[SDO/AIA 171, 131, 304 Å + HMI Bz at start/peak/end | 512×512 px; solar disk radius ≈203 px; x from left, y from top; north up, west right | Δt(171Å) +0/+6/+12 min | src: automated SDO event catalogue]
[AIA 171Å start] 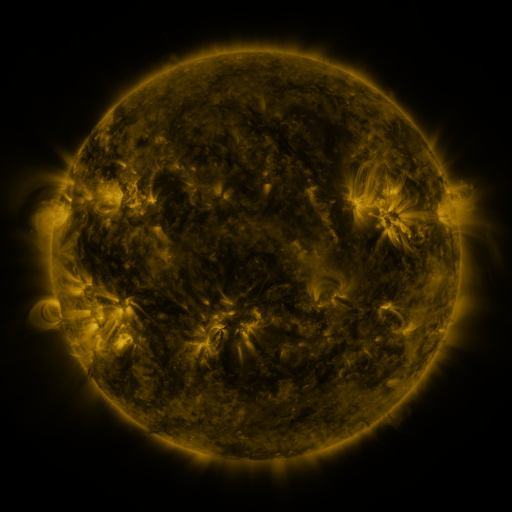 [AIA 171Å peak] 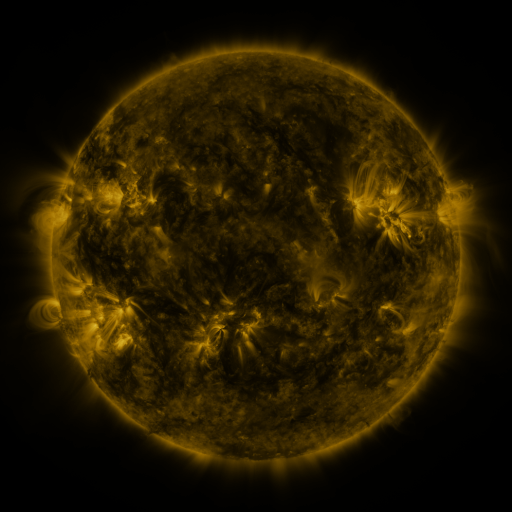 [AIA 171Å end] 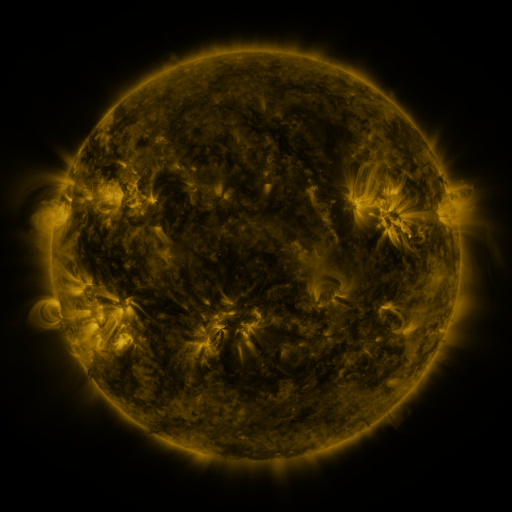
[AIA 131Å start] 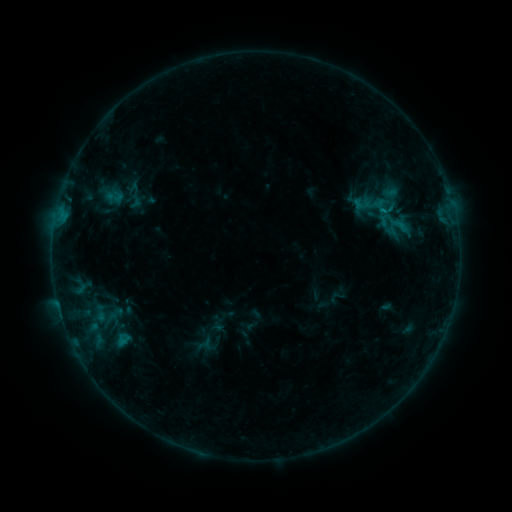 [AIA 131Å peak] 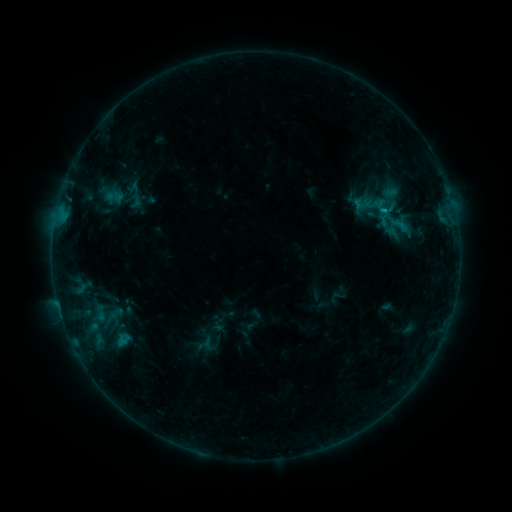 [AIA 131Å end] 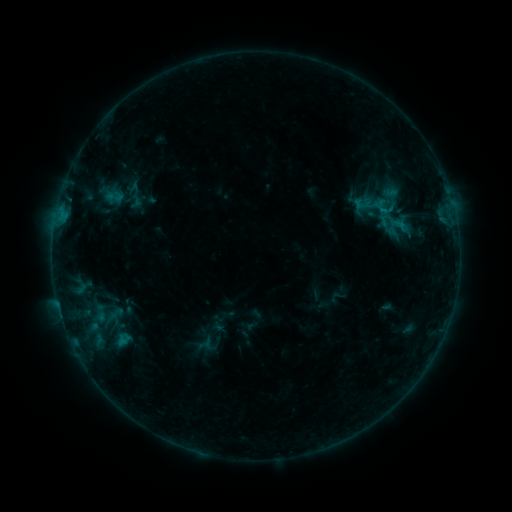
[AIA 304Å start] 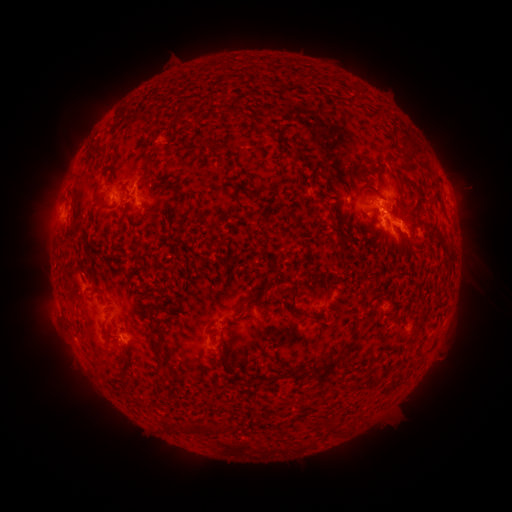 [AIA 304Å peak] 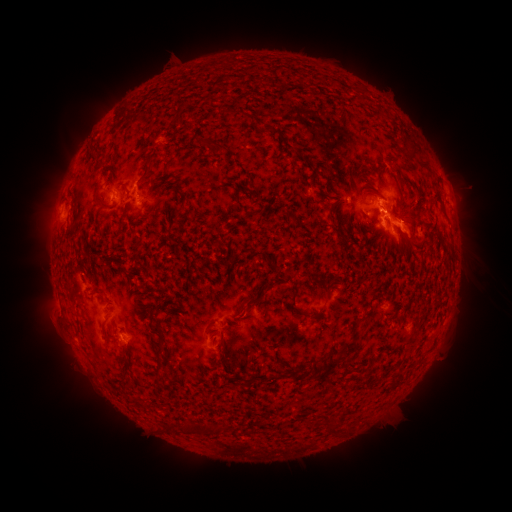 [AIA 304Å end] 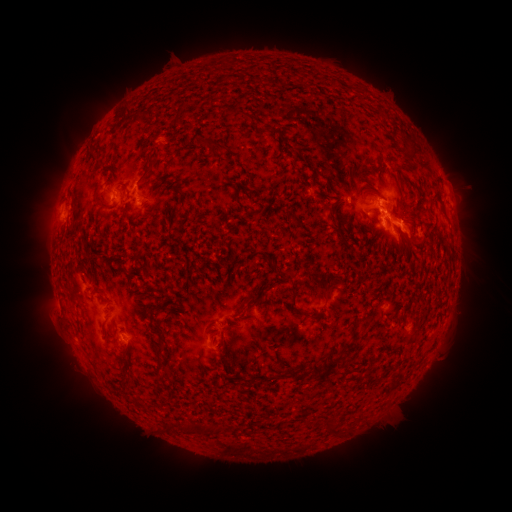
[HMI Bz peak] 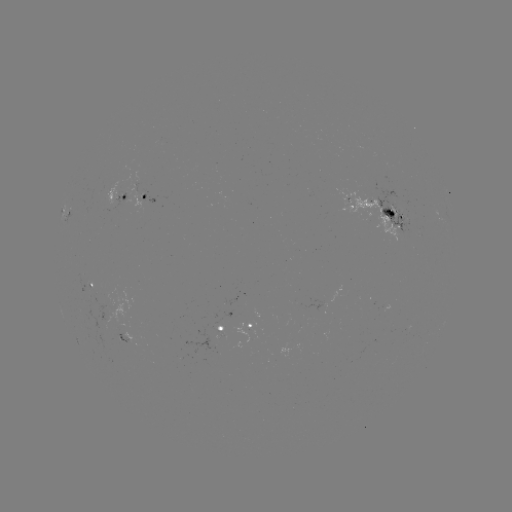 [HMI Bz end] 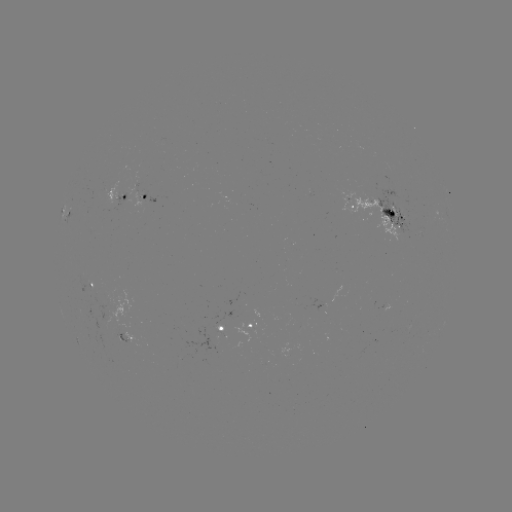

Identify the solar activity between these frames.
B8.2 flare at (382, 213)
